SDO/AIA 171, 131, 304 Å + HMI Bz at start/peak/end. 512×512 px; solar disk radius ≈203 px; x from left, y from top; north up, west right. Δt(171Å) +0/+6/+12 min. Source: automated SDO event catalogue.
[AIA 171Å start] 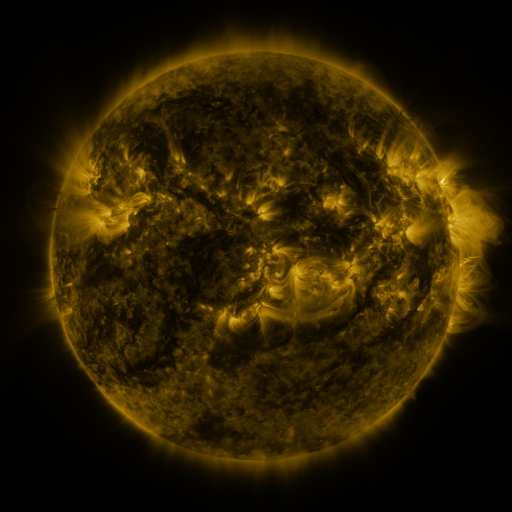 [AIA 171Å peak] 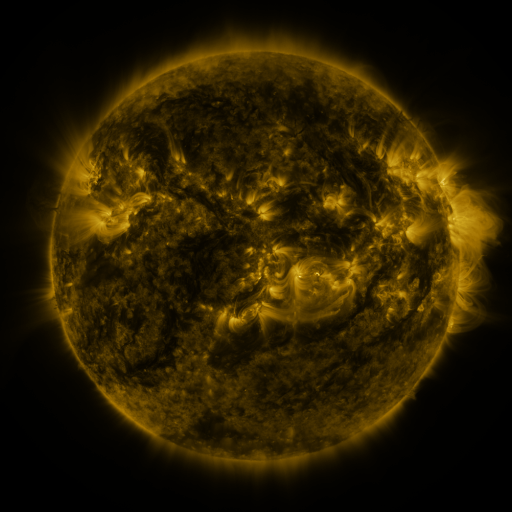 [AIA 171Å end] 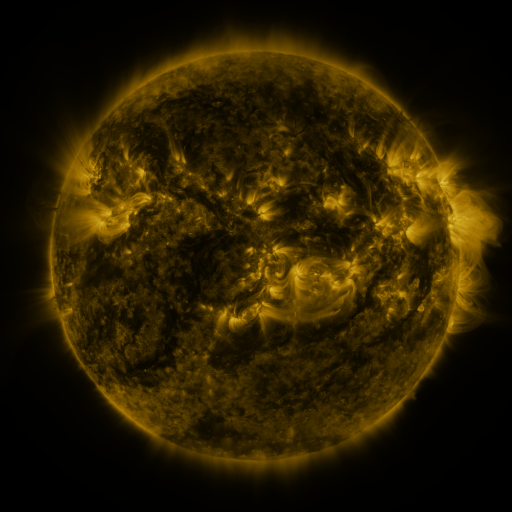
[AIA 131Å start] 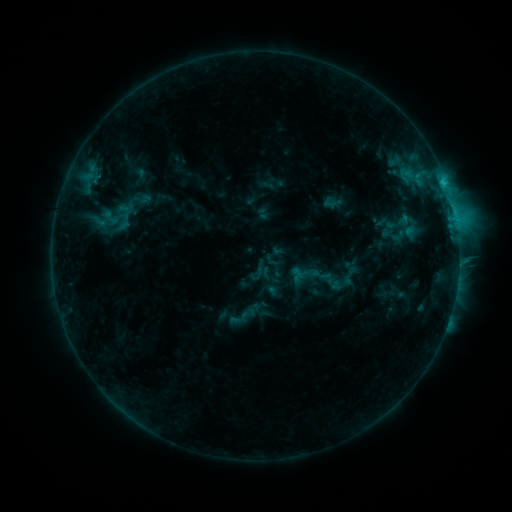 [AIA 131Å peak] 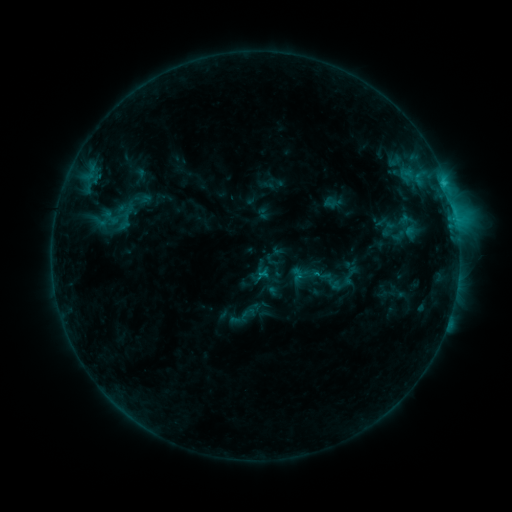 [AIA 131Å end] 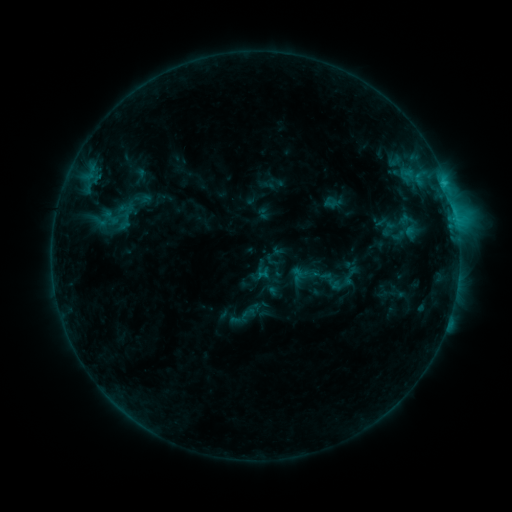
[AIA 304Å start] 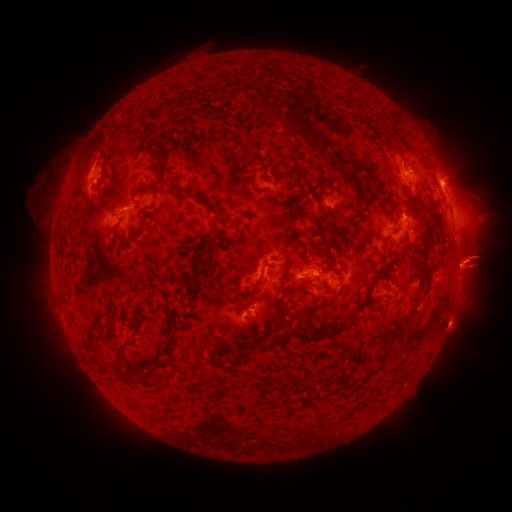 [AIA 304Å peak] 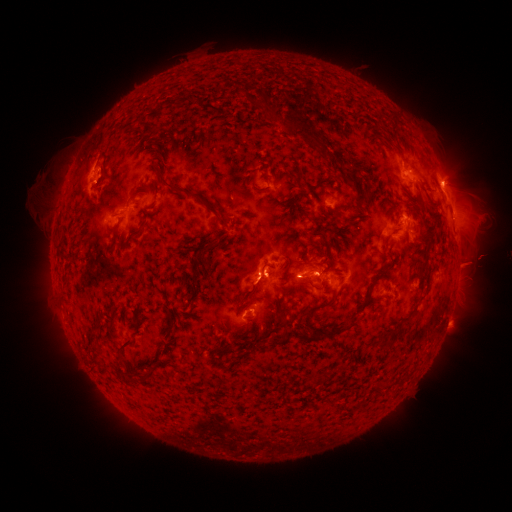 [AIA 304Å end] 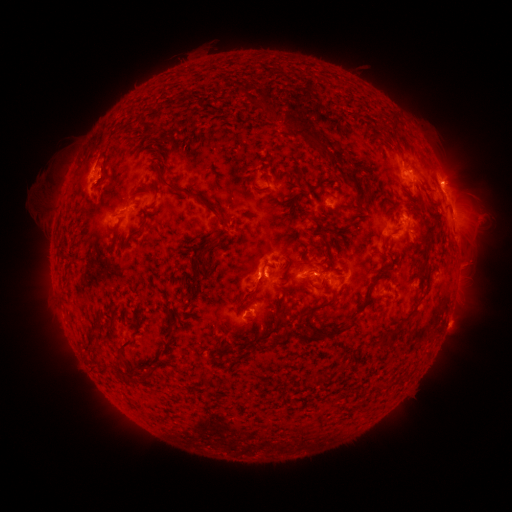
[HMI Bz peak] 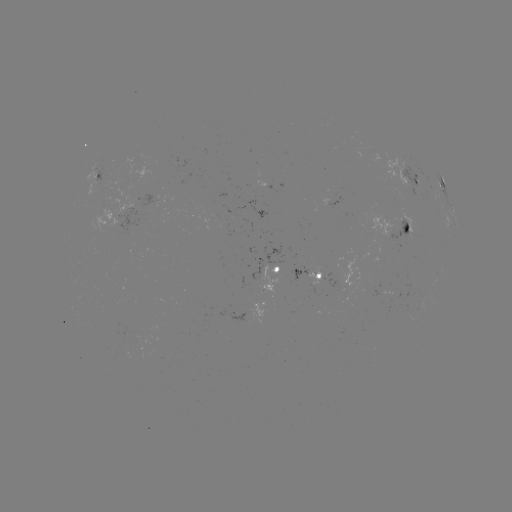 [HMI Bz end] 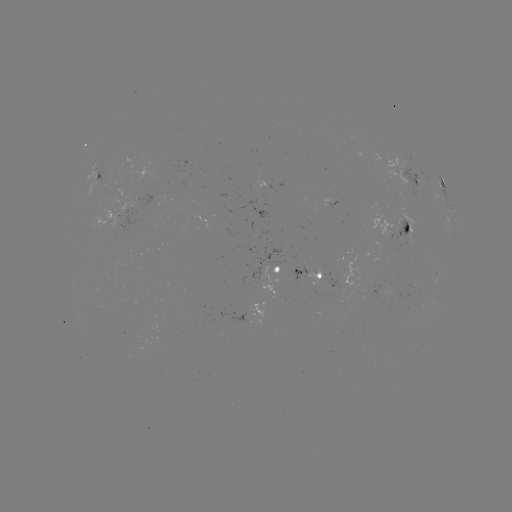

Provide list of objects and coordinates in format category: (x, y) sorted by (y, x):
eruption: (475, 259)
